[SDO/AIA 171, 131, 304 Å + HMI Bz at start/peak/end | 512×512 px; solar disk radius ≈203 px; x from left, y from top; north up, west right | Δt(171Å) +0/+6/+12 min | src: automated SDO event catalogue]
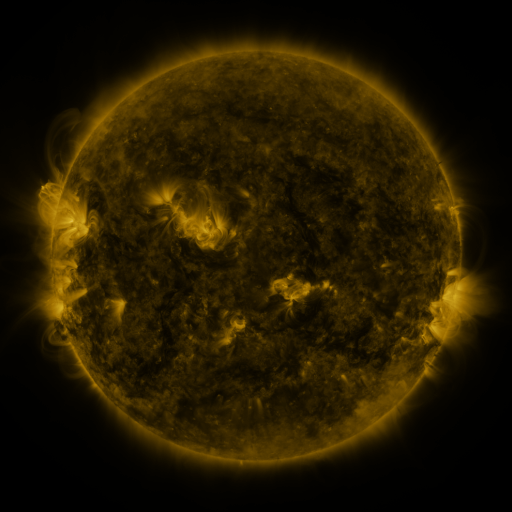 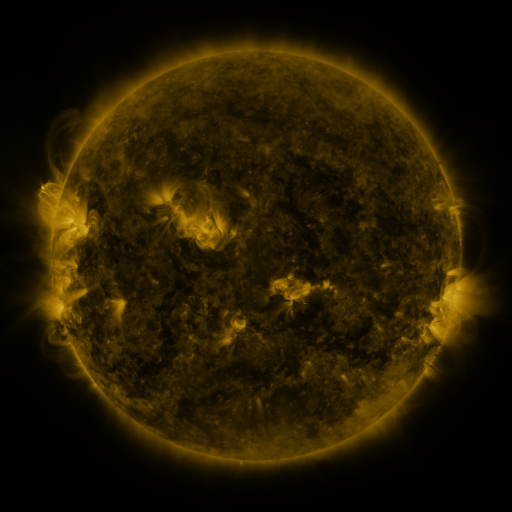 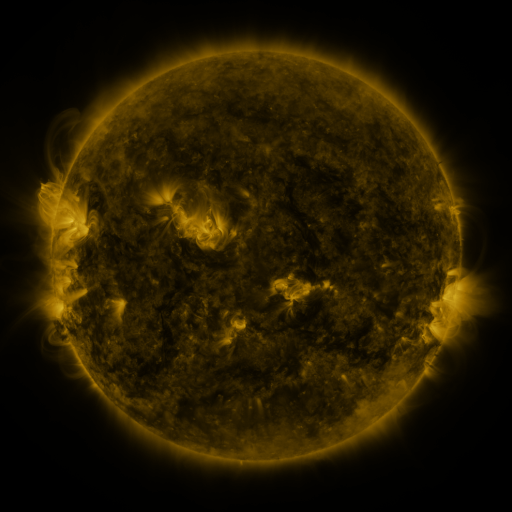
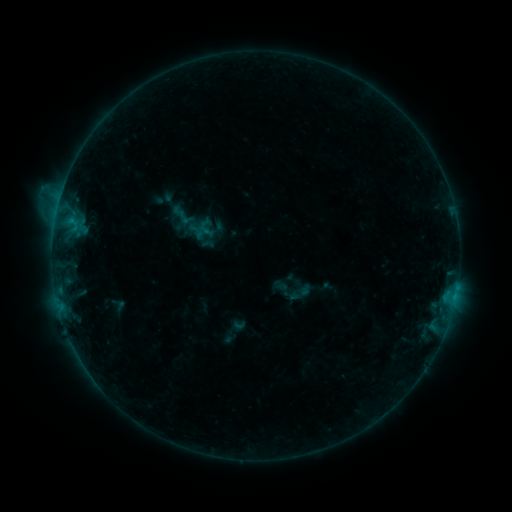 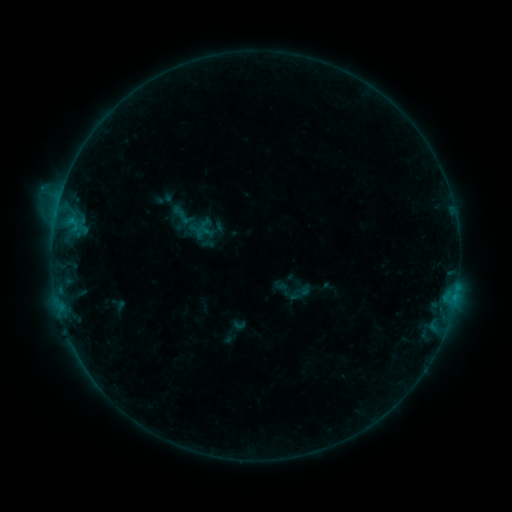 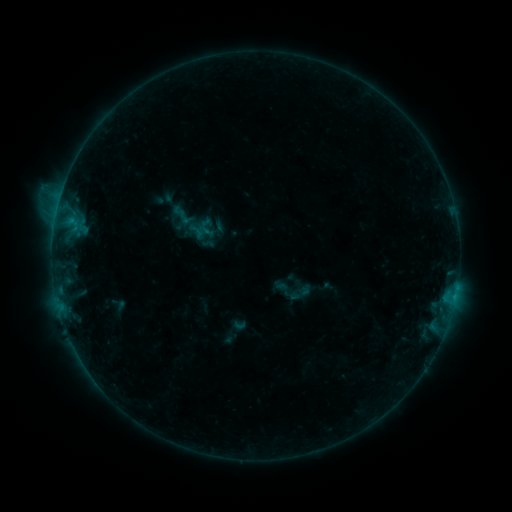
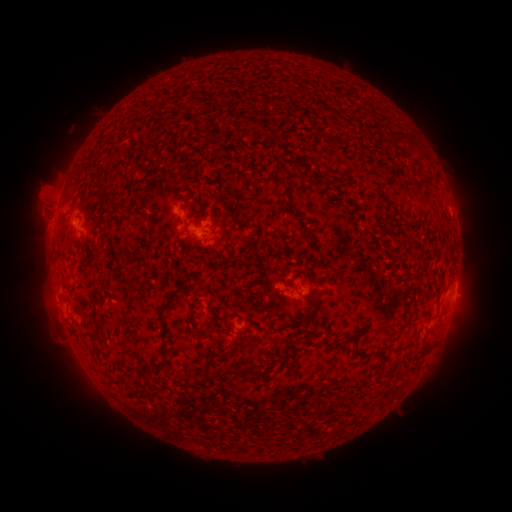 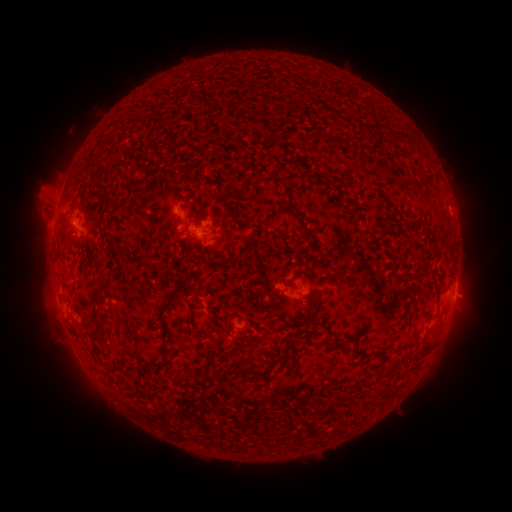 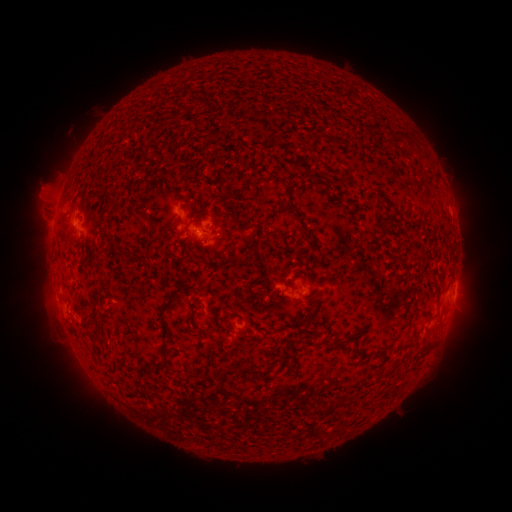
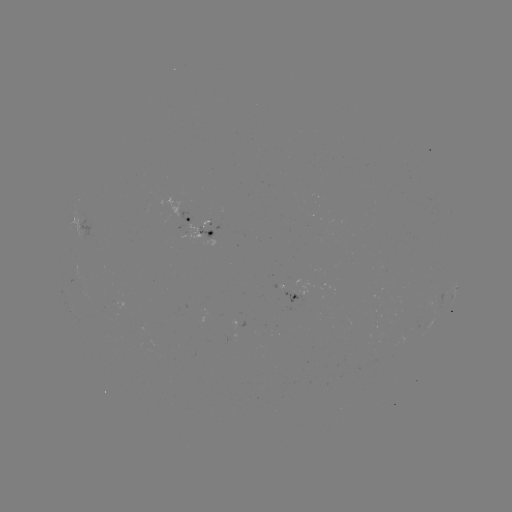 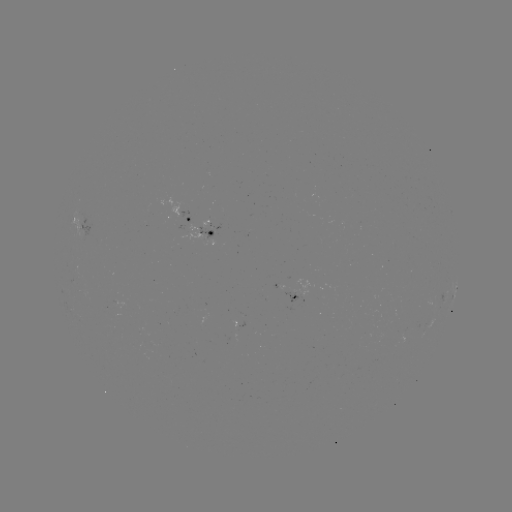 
no flare in any classed list; no EUV-trigger detection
